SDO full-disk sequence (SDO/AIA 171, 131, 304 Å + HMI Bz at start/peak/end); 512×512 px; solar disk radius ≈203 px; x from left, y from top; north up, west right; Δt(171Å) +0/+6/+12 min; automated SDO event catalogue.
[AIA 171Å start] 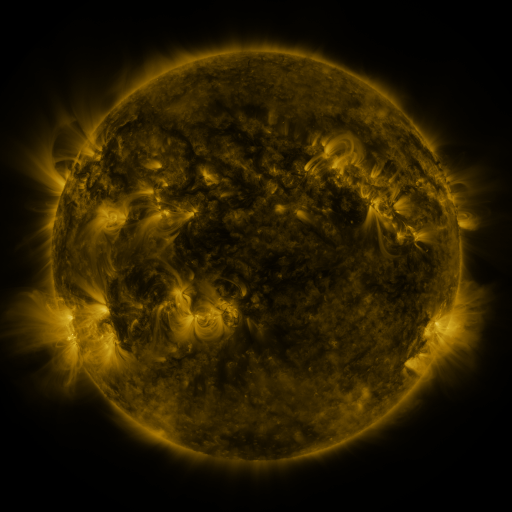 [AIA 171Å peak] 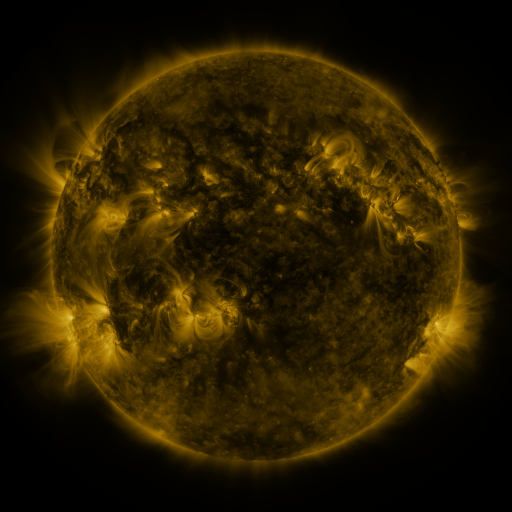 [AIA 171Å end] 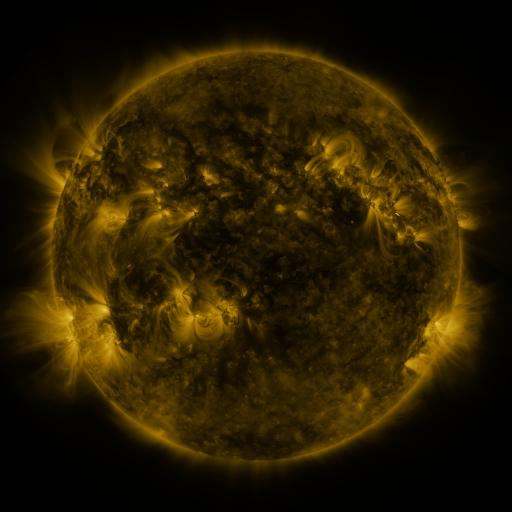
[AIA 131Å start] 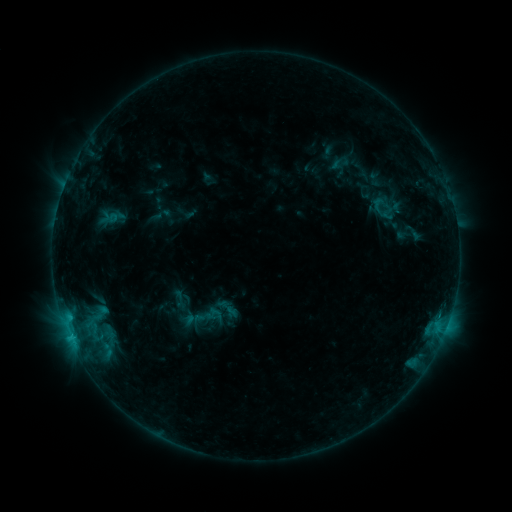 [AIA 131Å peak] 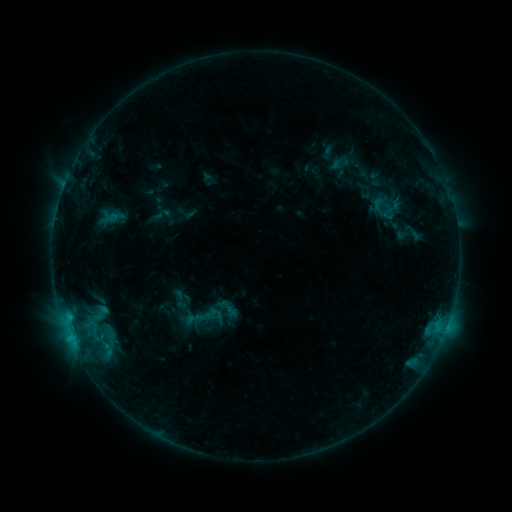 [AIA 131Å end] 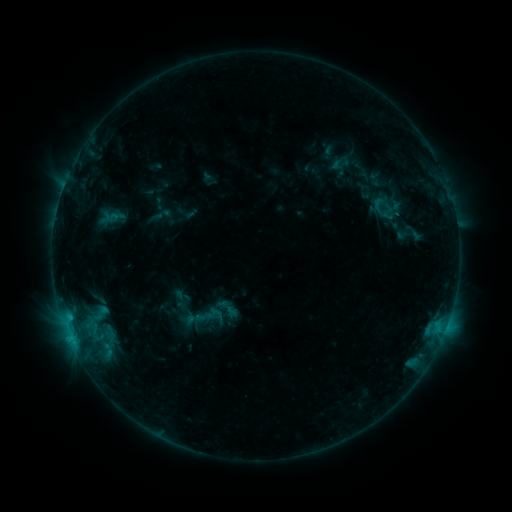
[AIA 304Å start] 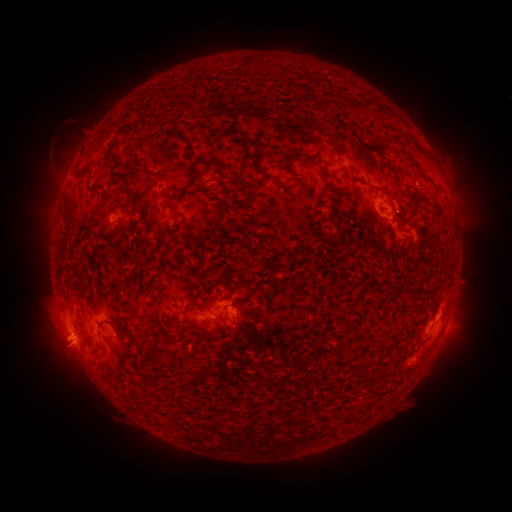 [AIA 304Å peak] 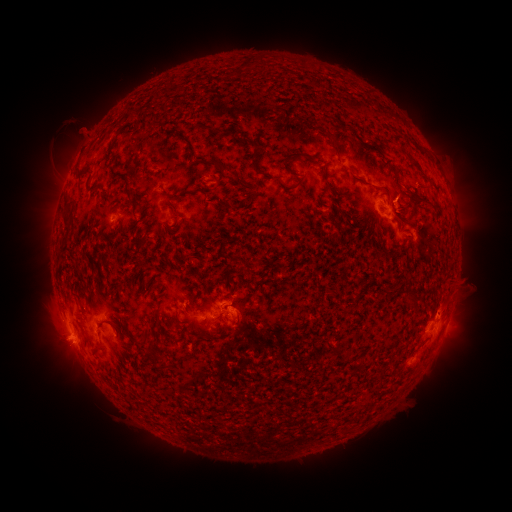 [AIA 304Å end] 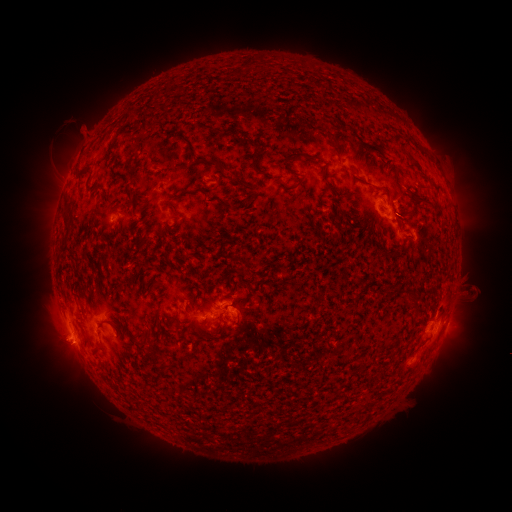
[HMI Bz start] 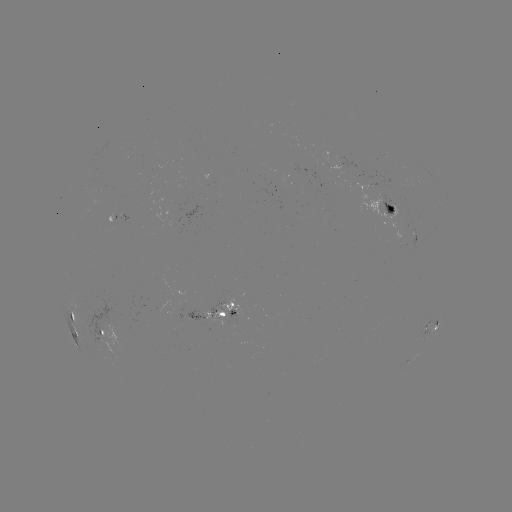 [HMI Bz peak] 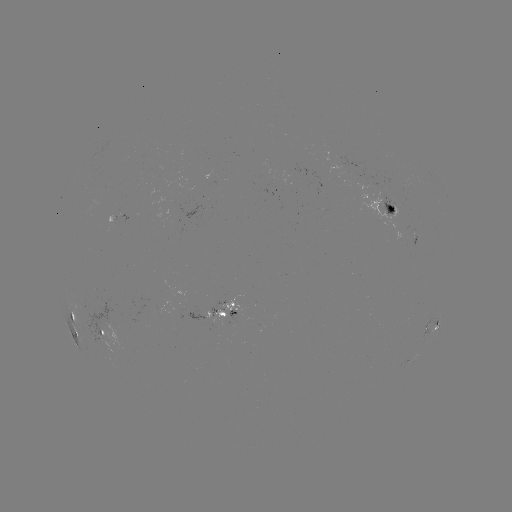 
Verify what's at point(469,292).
eruption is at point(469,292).